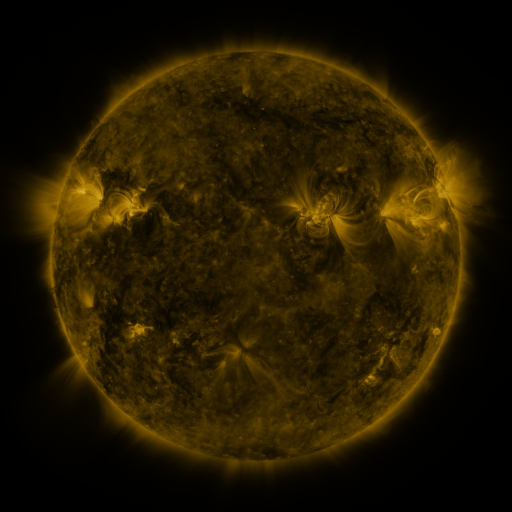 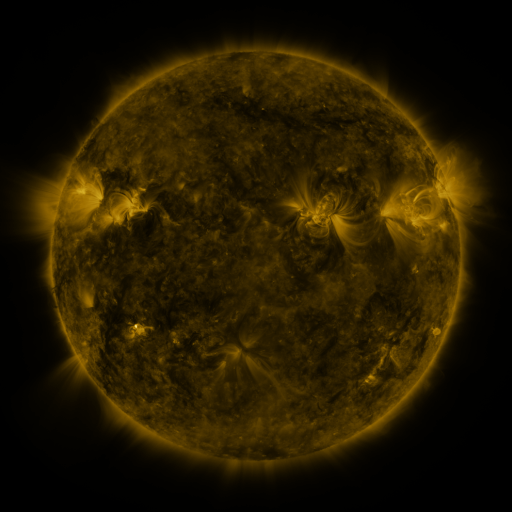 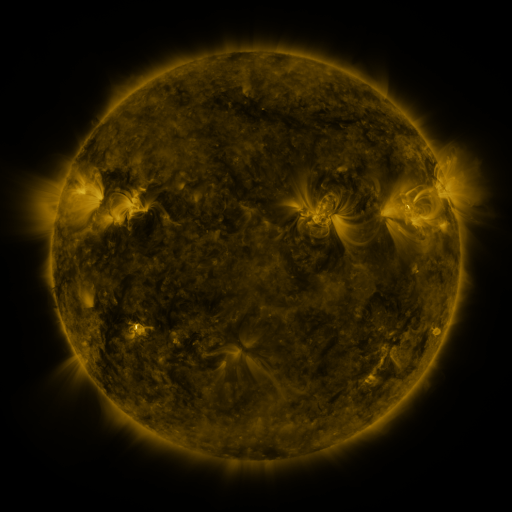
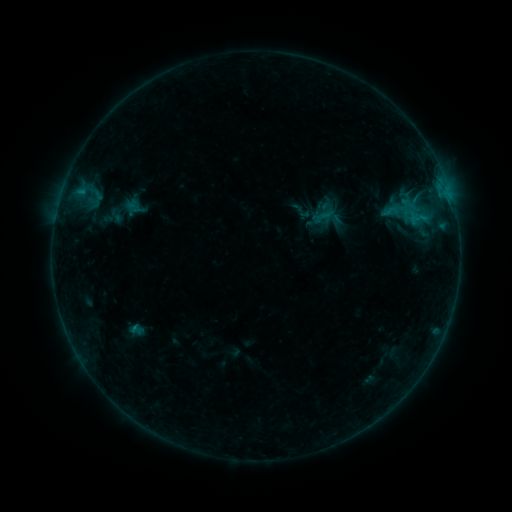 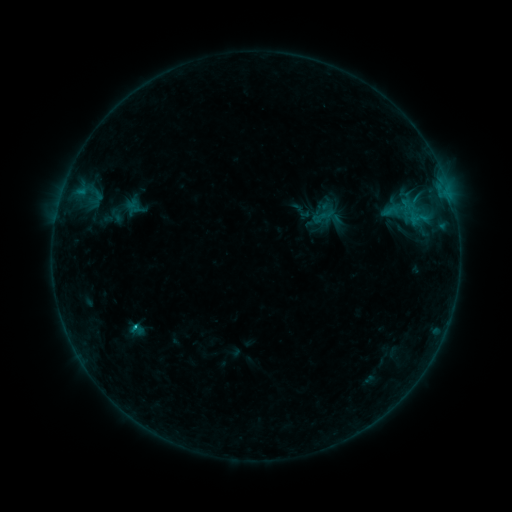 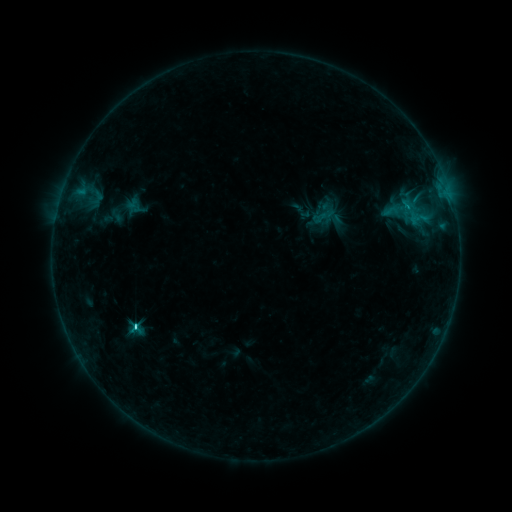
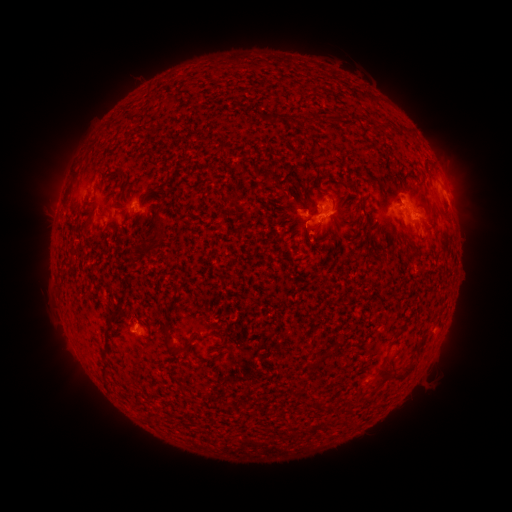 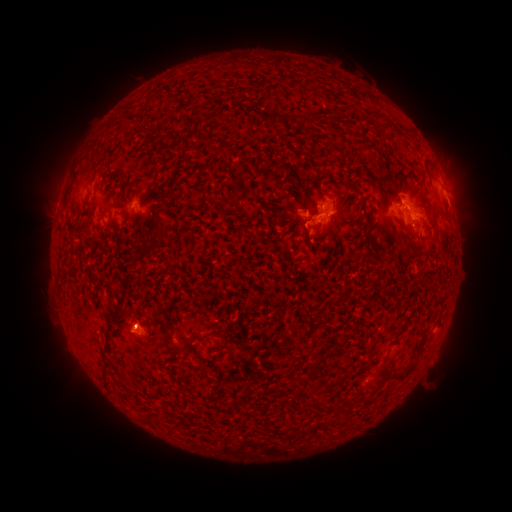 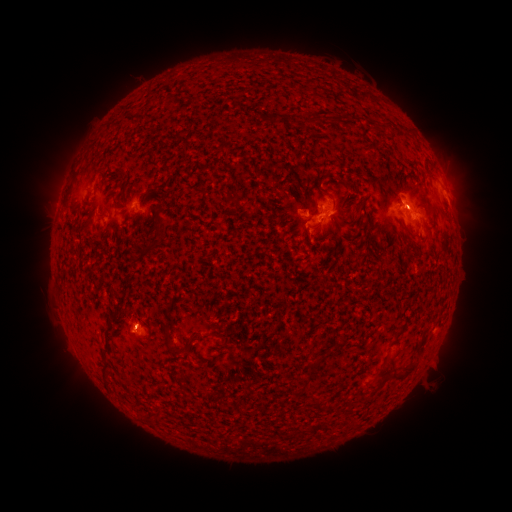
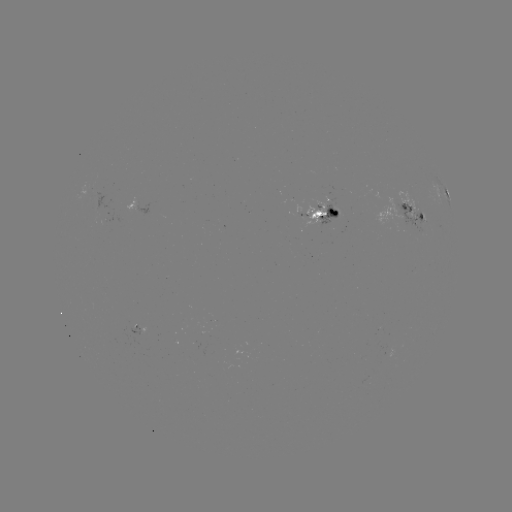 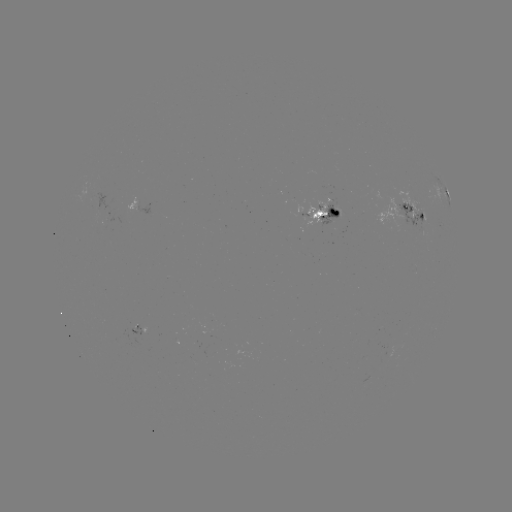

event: flare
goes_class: C1.3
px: (404, 206)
